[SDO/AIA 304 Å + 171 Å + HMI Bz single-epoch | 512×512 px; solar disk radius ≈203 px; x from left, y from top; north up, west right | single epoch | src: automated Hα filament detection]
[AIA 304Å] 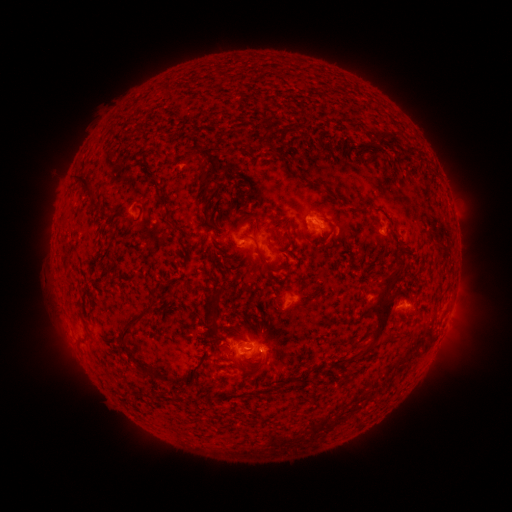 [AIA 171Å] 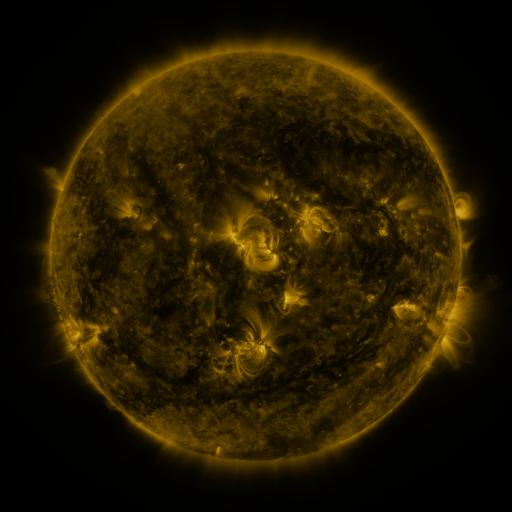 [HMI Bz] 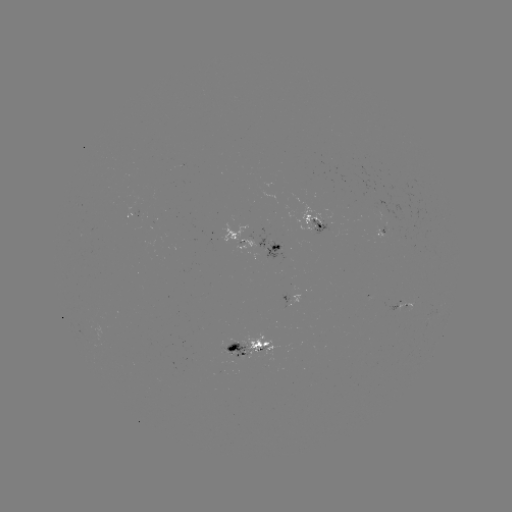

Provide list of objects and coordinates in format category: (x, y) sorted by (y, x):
filament: (264, 124)
filament: (281, 135)
filament: (389, 140)
filament: (379, 144)
filament: (324, 147)
filament: (190, 156)
filament: (207, 179)
filament: (85, 188)
filament: (366, 210)
filament: (240, 211)
filament: (210, 212)
filament: (274, 220)
filament: (137, 221)
filament: (172, 224)
filament: (286, 225)
filament: (332, 227)
filament: (352, 230)
filament: (275, 247)
filament: (139, 248)
filament: (258, 248)
filament: (189, 249)
filament: (235, 259)
filament: (262, 261)
filament: (215, 262)
filament: (209, 313)
filament: (383, 318)
filament: (128, 353)
filament: (257, 379)
